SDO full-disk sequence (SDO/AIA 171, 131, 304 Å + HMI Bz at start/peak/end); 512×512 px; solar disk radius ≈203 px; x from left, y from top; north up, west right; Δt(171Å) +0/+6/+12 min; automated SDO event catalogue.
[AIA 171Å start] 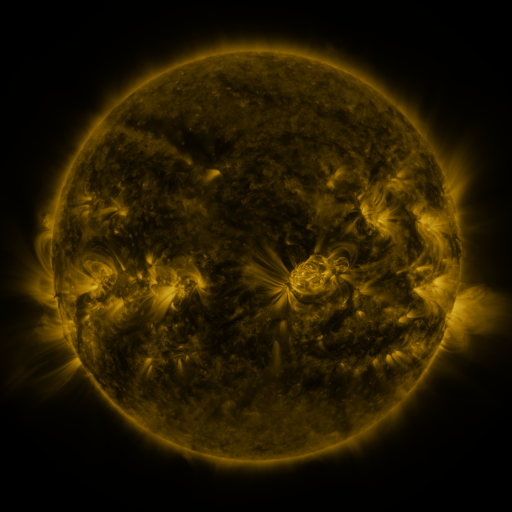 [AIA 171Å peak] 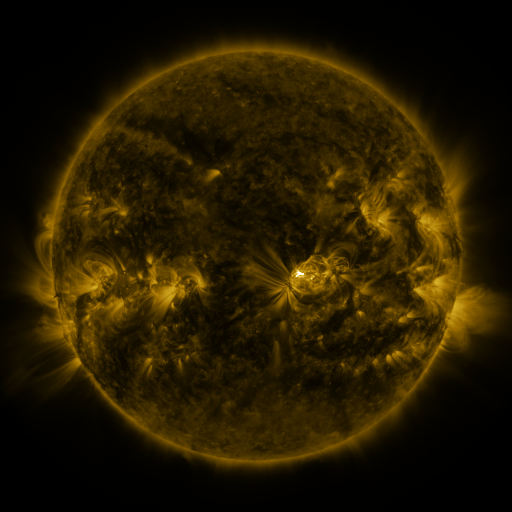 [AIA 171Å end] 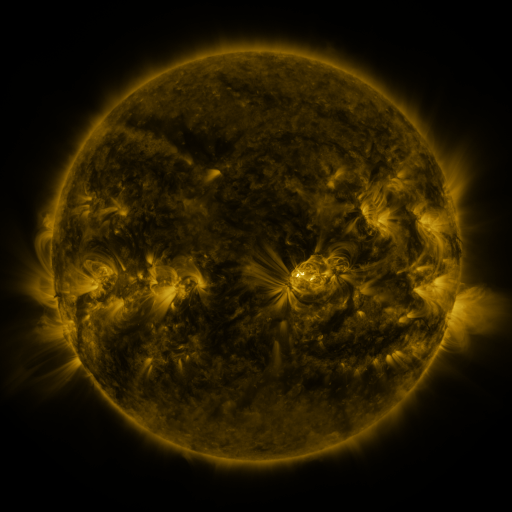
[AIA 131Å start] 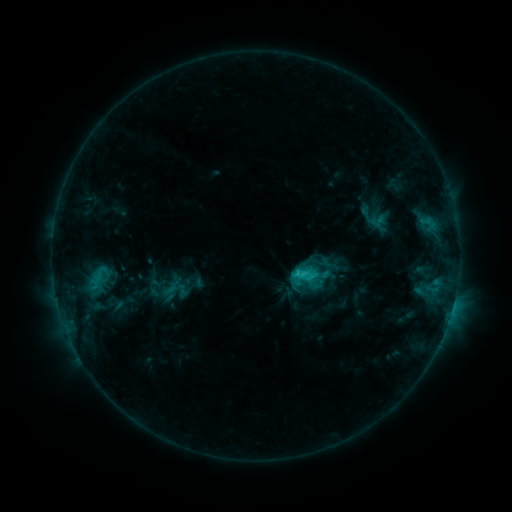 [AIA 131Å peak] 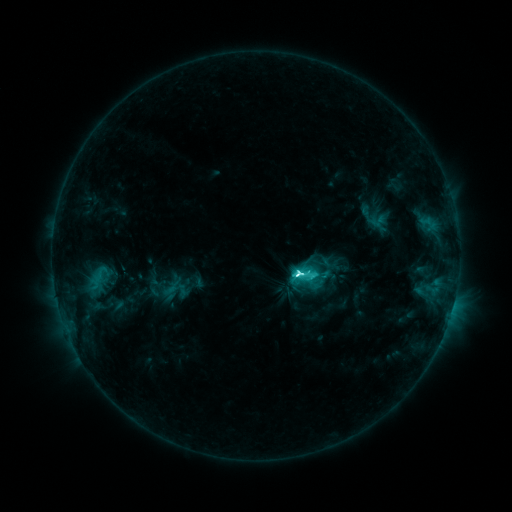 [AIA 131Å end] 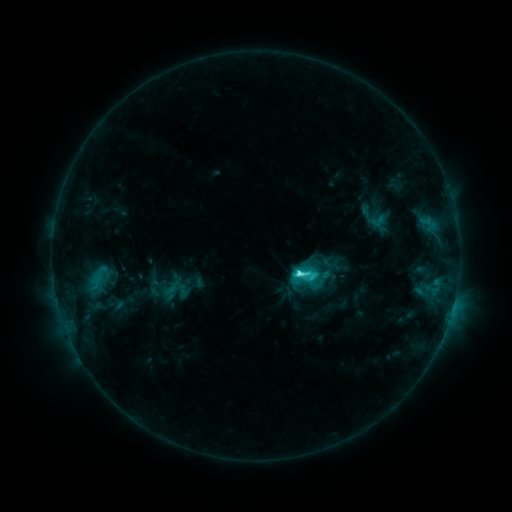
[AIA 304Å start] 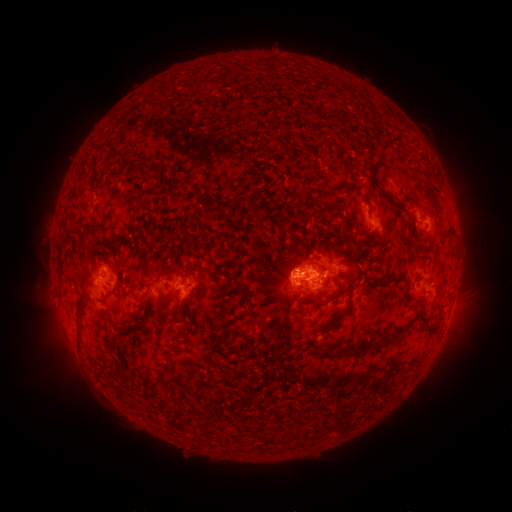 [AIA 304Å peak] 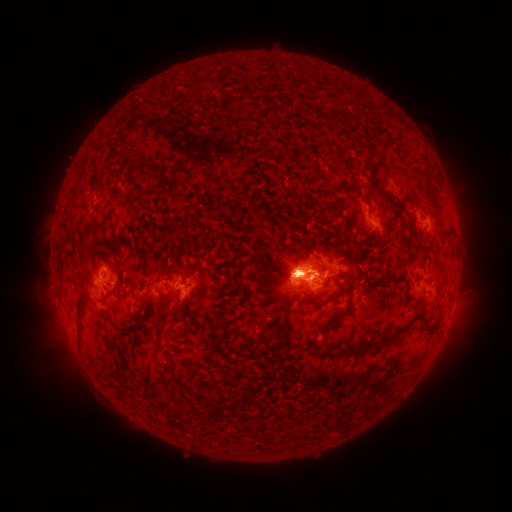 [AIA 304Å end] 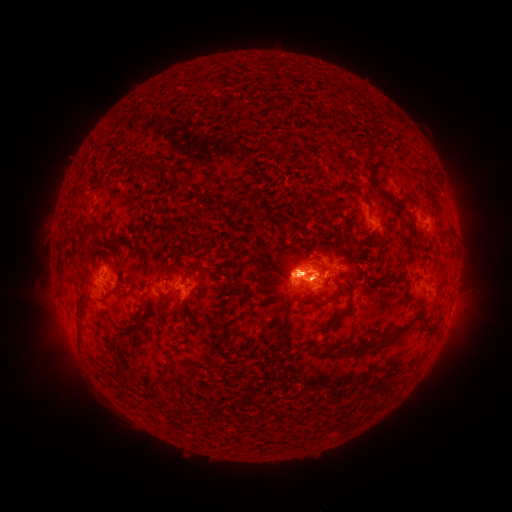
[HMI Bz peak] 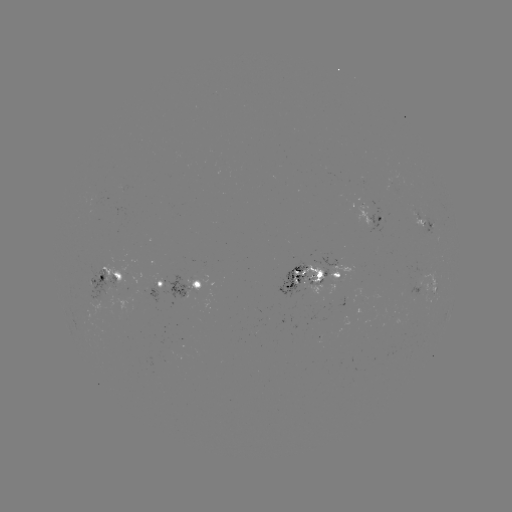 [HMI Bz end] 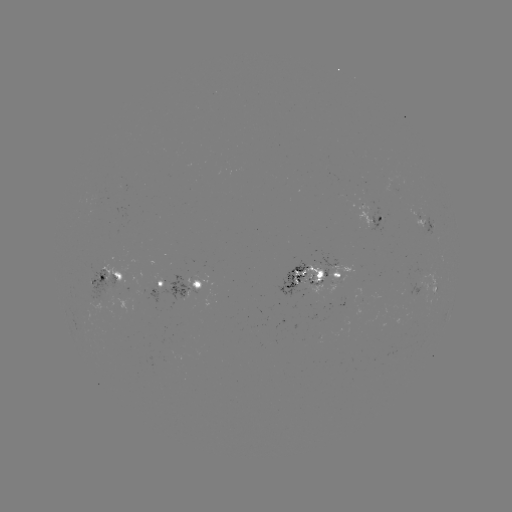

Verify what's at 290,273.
eruption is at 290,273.